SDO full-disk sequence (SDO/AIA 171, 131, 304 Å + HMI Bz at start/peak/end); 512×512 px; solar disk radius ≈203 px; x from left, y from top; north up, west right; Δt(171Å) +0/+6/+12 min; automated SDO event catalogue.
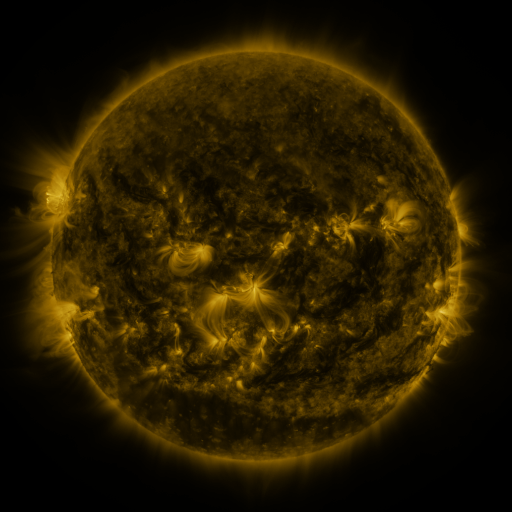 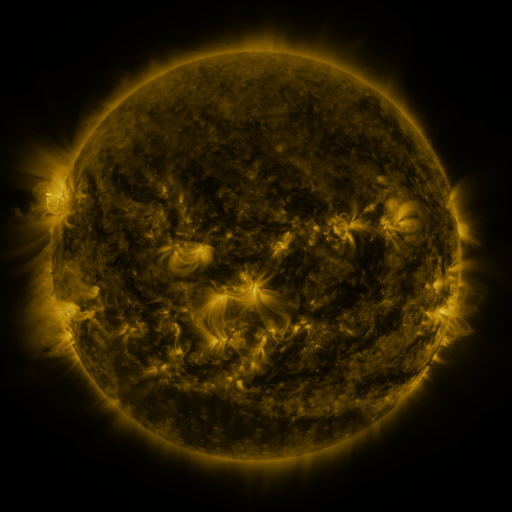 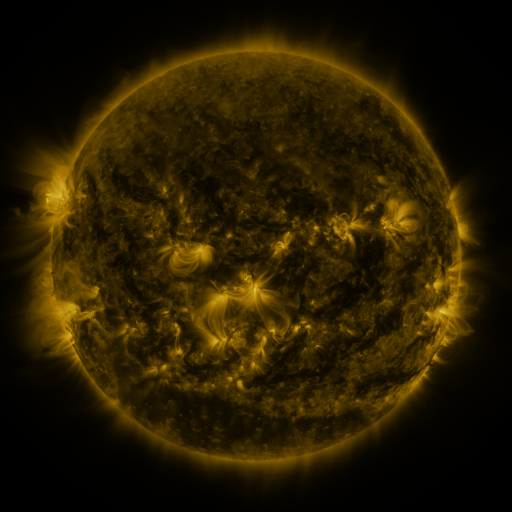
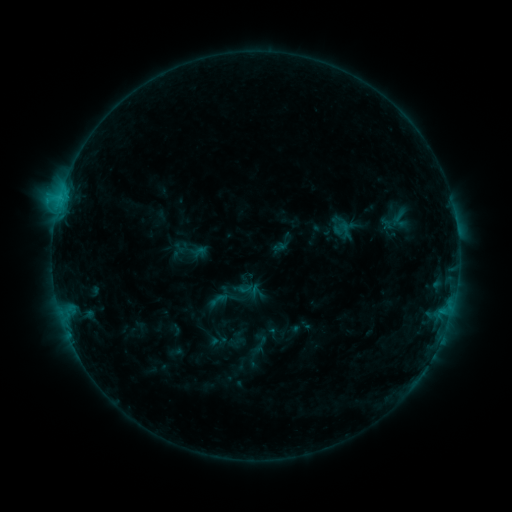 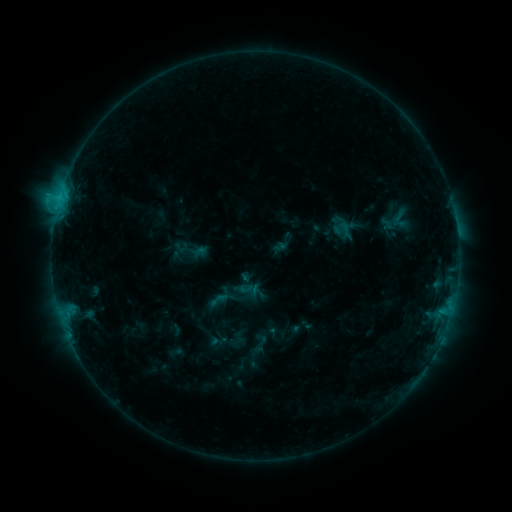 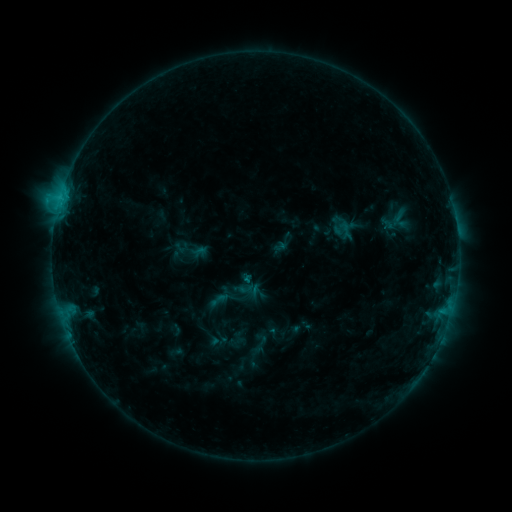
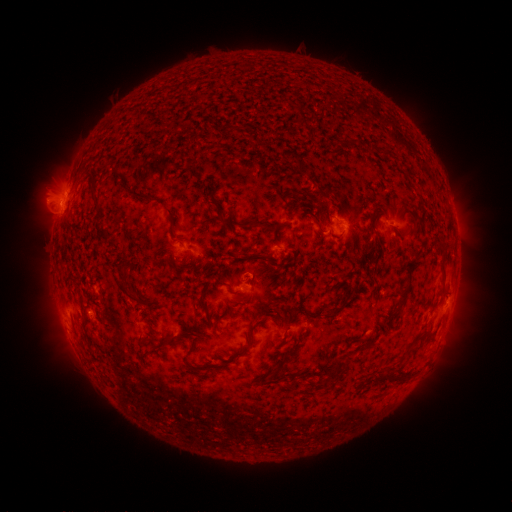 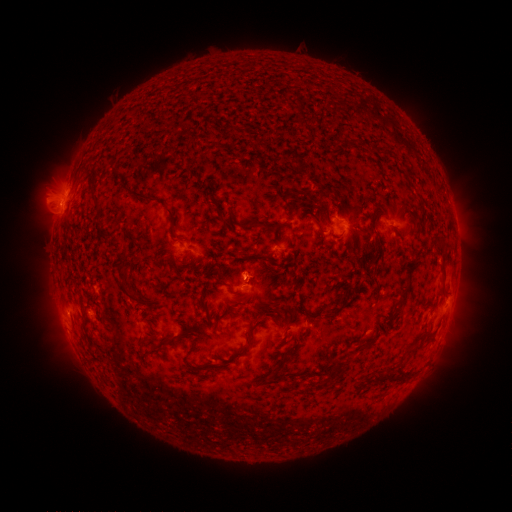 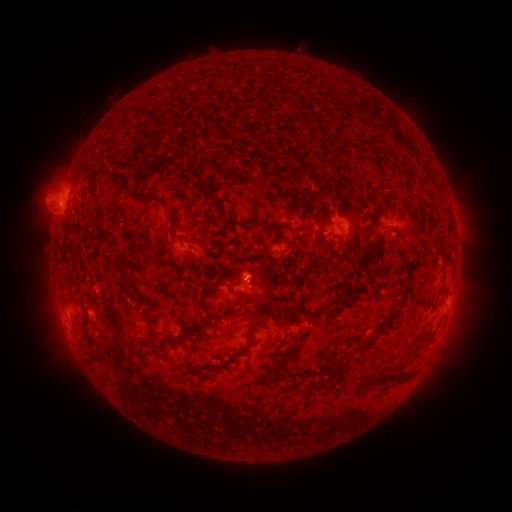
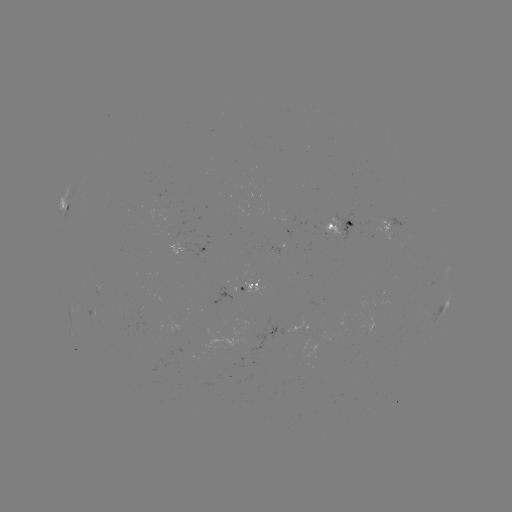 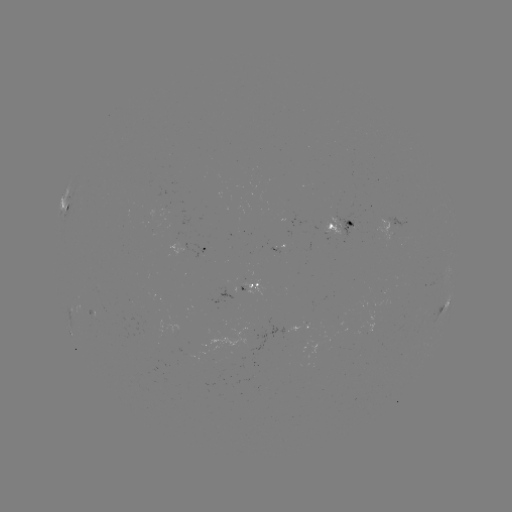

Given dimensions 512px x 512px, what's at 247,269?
eruption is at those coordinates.